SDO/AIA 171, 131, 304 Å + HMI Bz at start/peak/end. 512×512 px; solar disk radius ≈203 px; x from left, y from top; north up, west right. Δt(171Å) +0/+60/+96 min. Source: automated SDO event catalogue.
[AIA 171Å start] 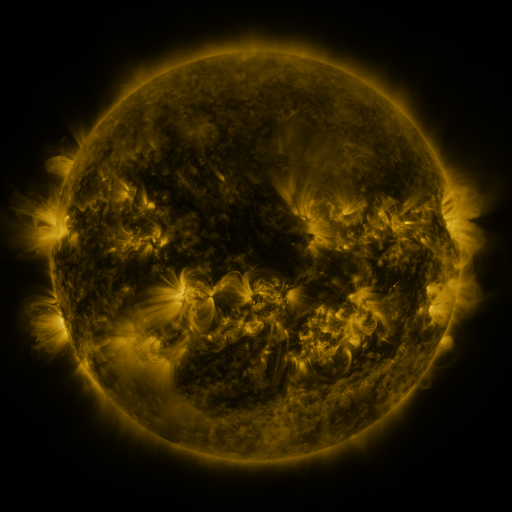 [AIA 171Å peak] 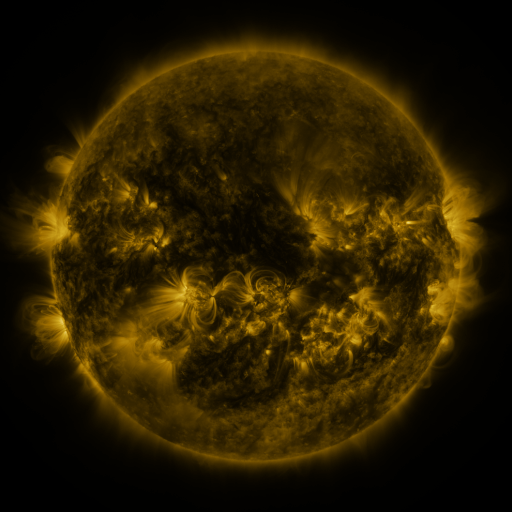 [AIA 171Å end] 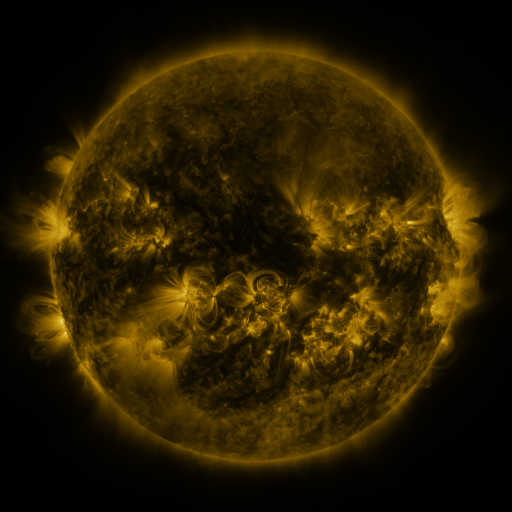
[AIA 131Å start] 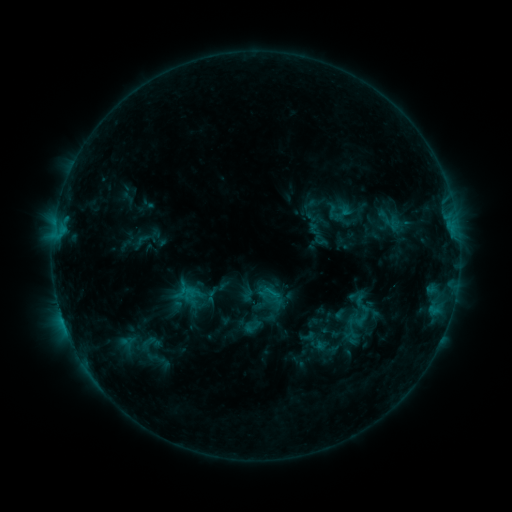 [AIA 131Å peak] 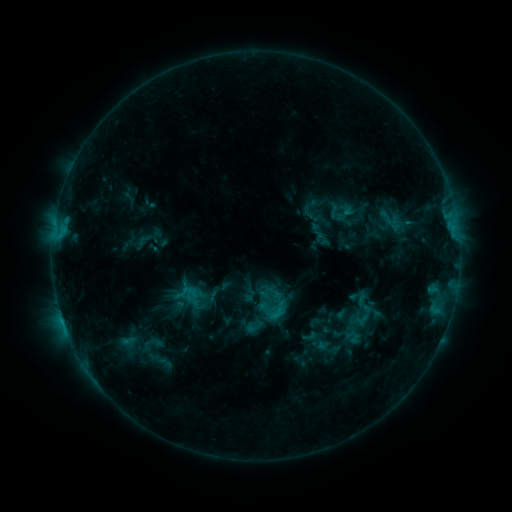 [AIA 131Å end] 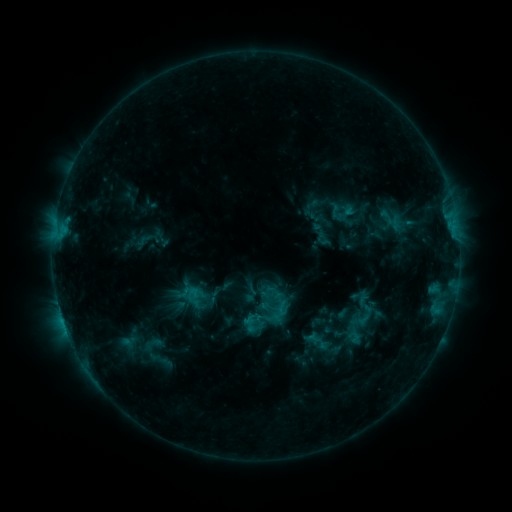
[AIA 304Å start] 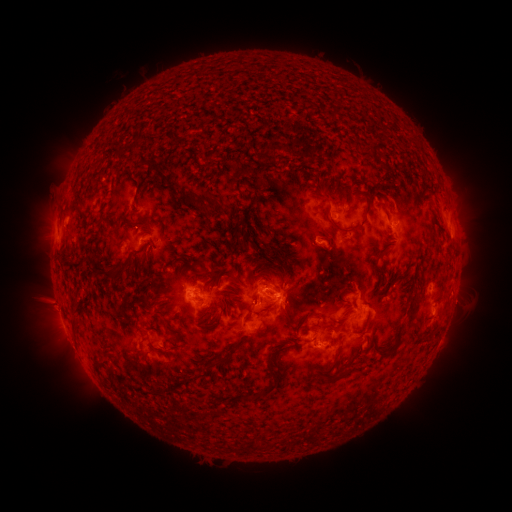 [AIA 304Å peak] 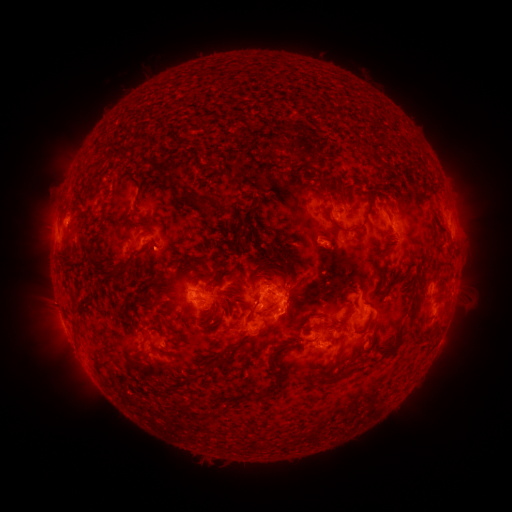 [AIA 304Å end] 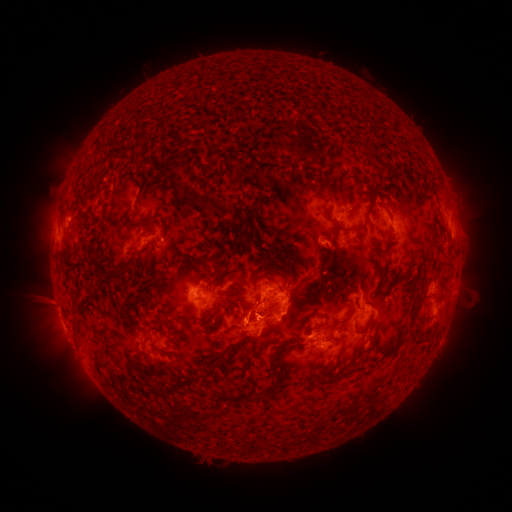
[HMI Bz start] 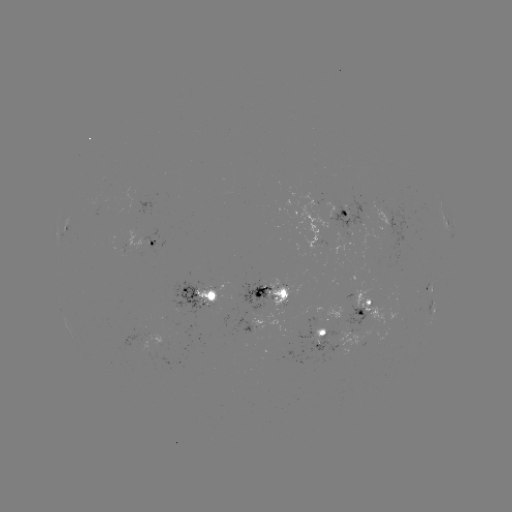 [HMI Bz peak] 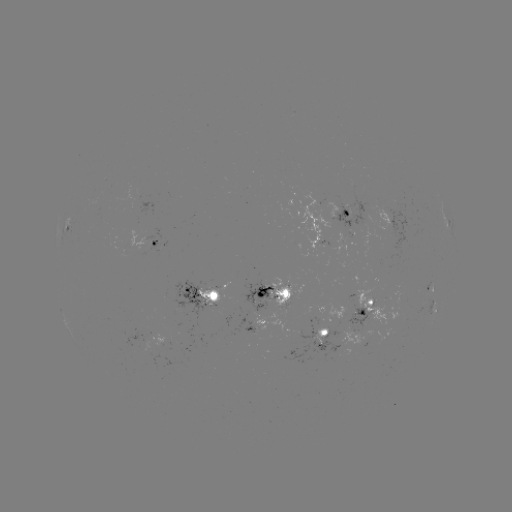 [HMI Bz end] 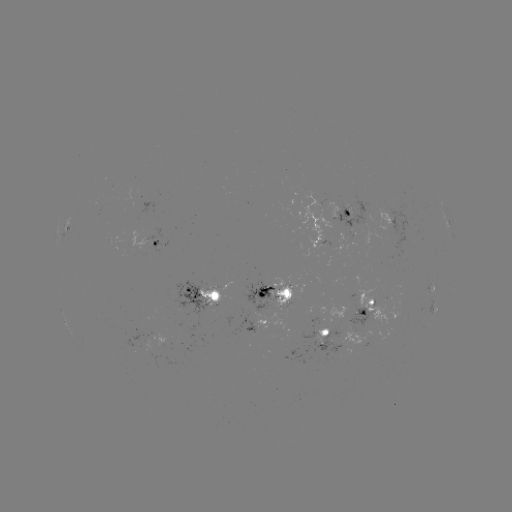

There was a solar emerging-flux region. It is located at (164, 342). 